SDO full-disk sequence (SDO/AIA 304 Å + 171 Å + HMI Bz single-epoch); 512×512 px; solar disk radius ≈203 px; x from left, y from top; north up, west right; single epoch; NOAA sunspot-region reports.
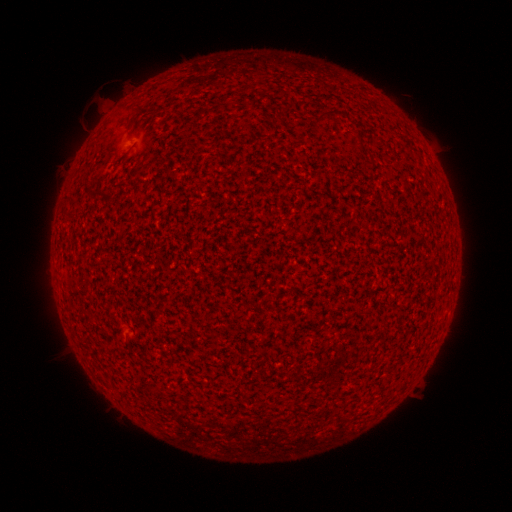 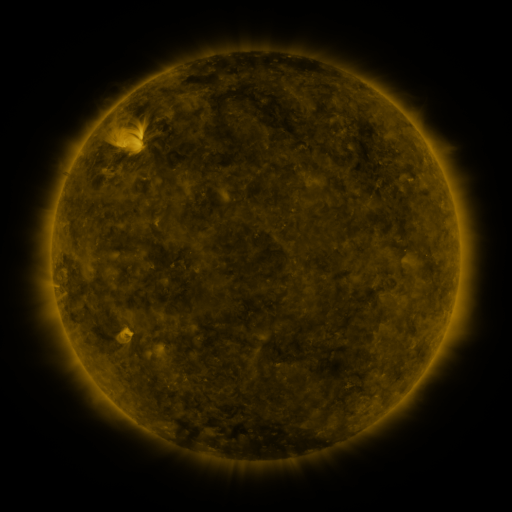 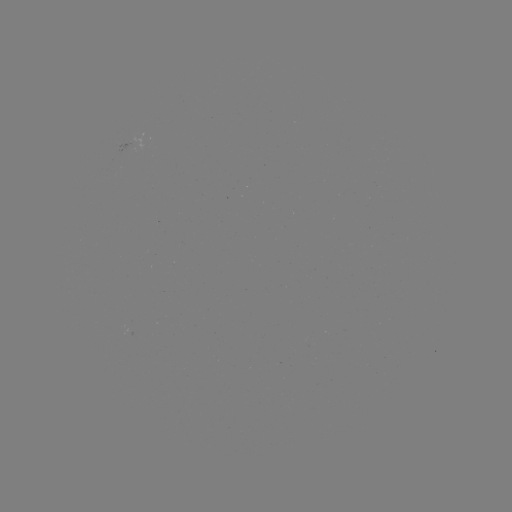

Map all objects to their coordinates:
(none)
